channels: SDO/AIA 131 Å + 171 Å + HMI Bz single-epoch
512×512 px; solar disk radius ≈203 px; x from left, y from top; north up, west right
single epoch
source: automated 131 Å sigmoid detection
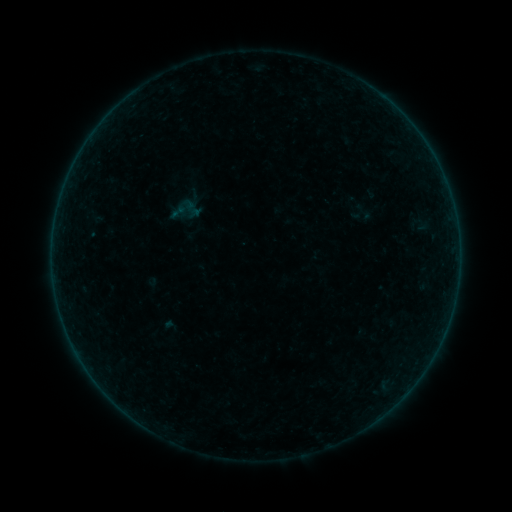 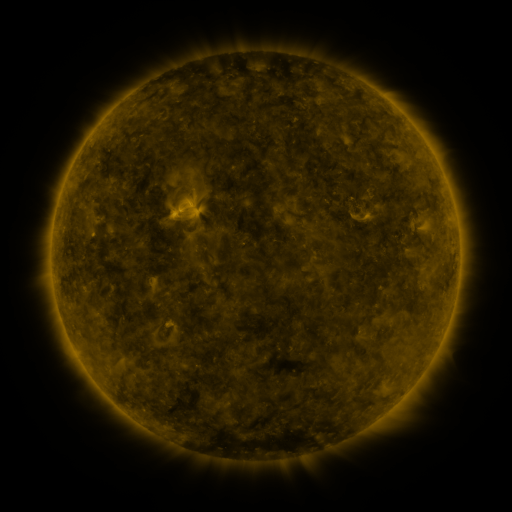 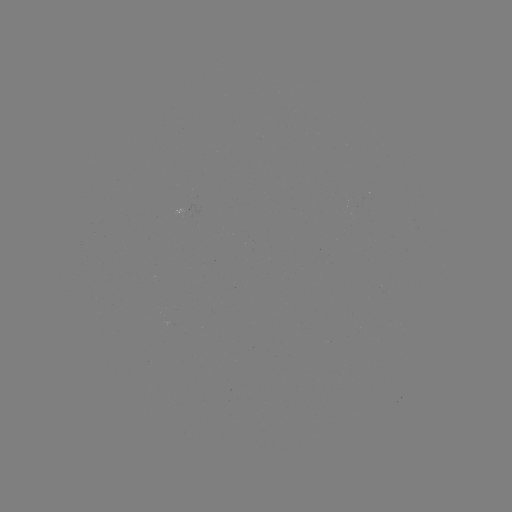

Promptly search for sigmoid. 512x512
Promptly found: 178,212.